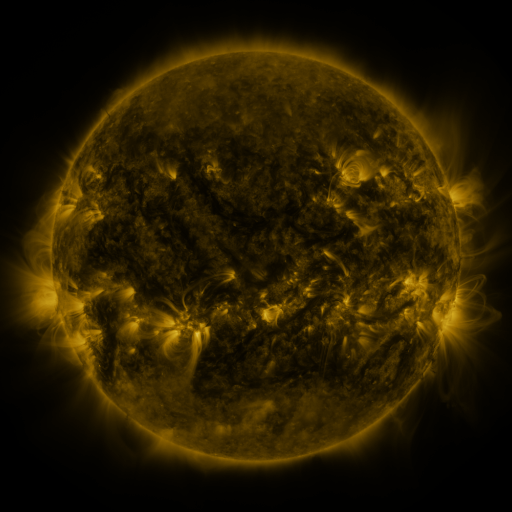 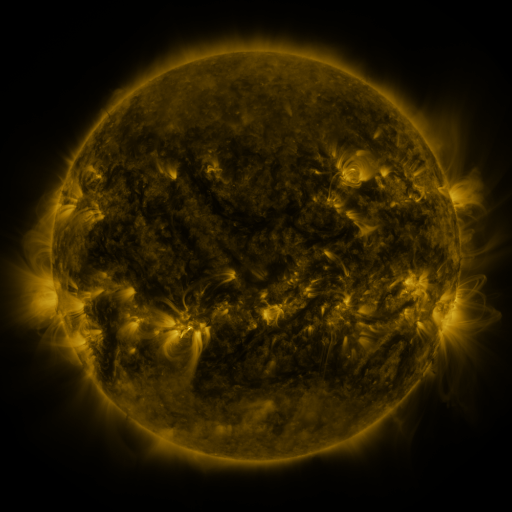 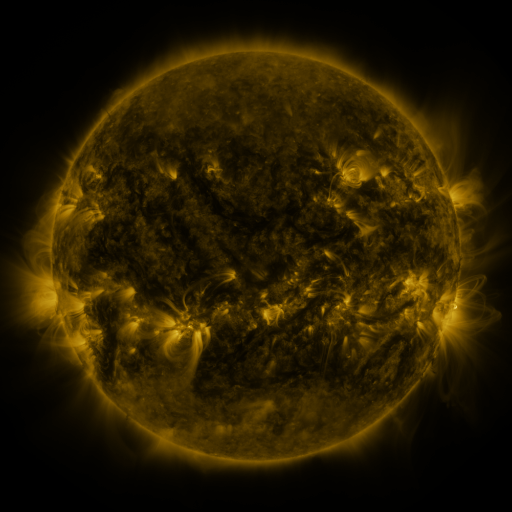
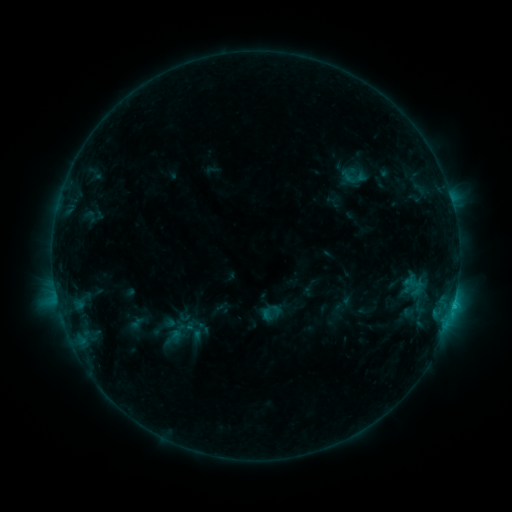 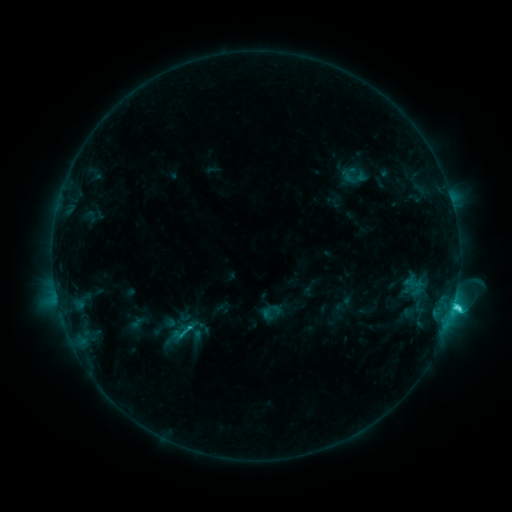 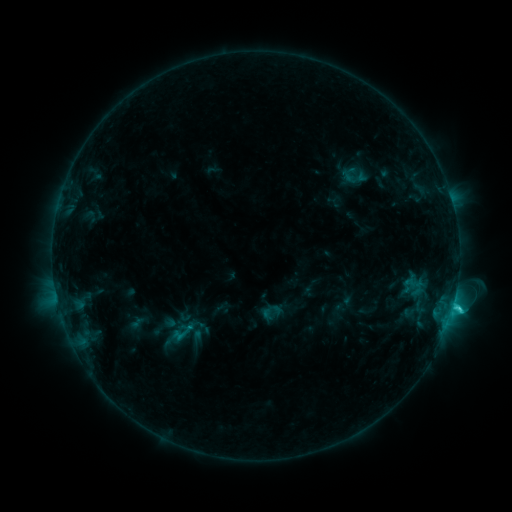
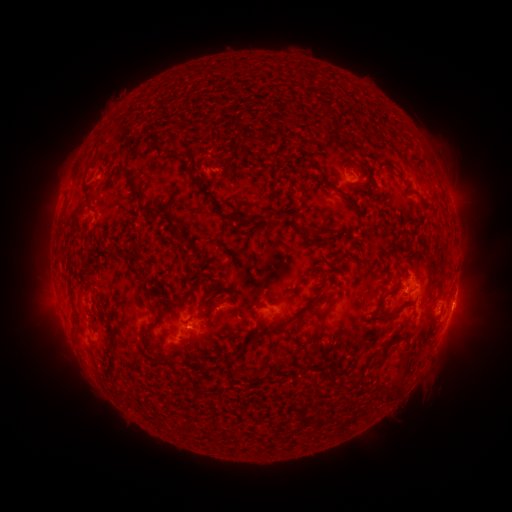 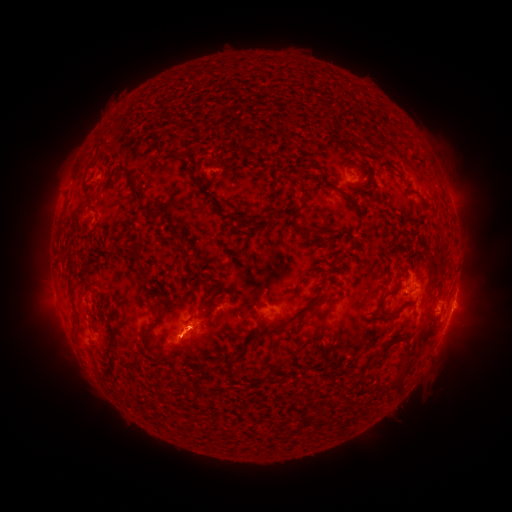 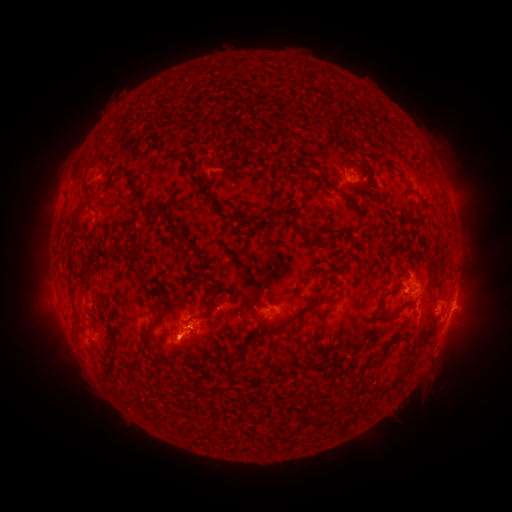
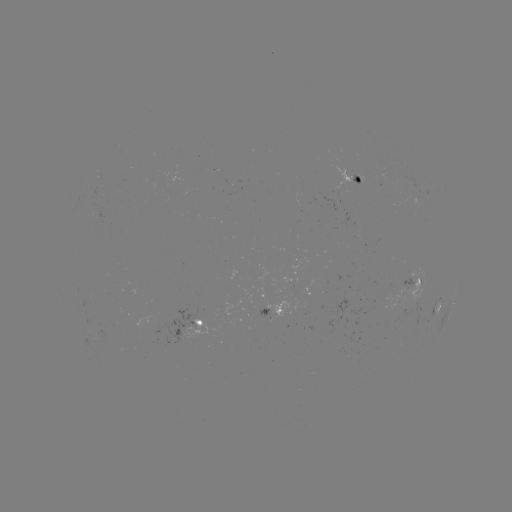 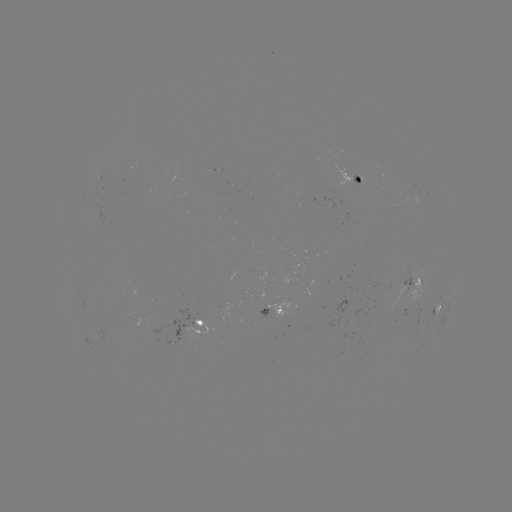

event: eruption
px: (183, 346)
